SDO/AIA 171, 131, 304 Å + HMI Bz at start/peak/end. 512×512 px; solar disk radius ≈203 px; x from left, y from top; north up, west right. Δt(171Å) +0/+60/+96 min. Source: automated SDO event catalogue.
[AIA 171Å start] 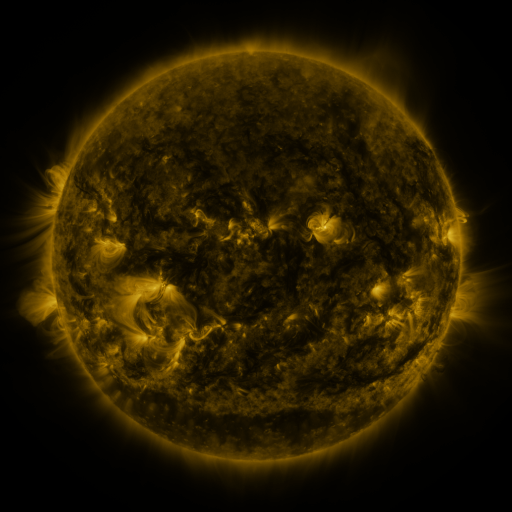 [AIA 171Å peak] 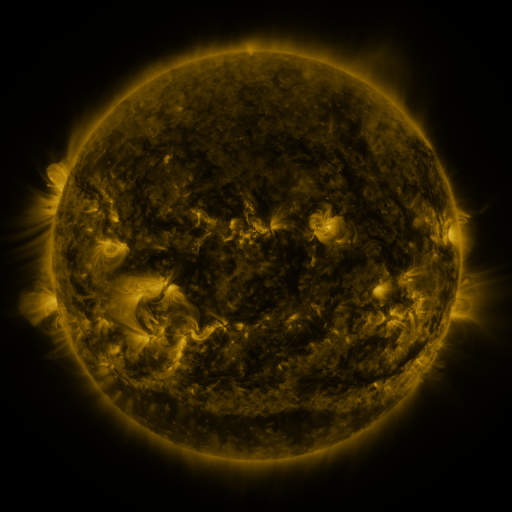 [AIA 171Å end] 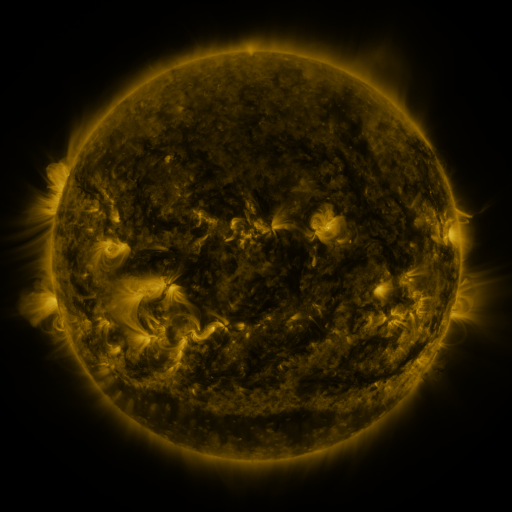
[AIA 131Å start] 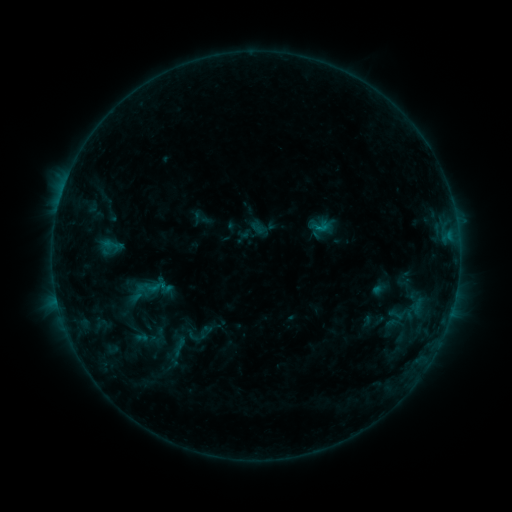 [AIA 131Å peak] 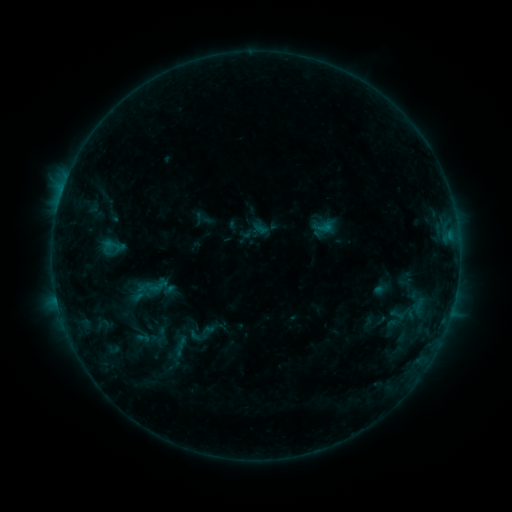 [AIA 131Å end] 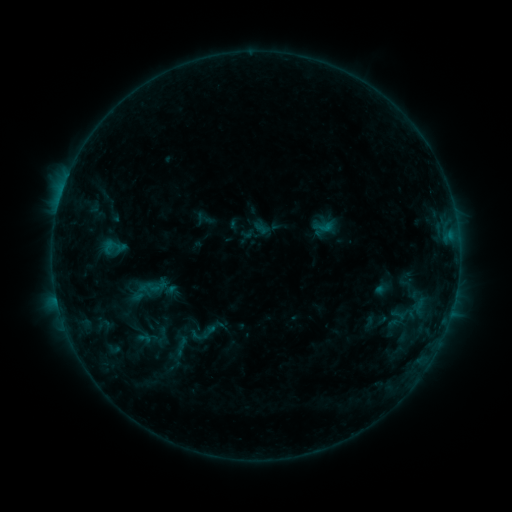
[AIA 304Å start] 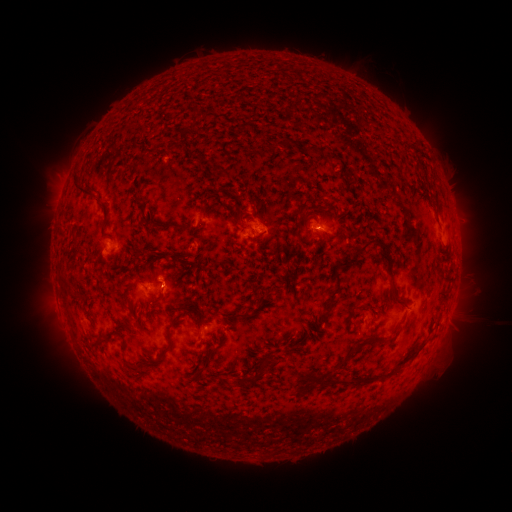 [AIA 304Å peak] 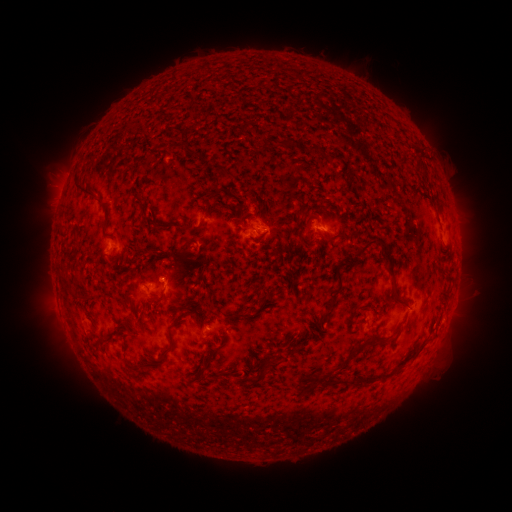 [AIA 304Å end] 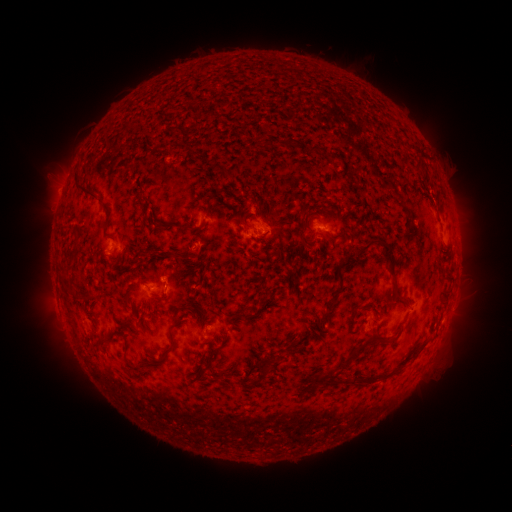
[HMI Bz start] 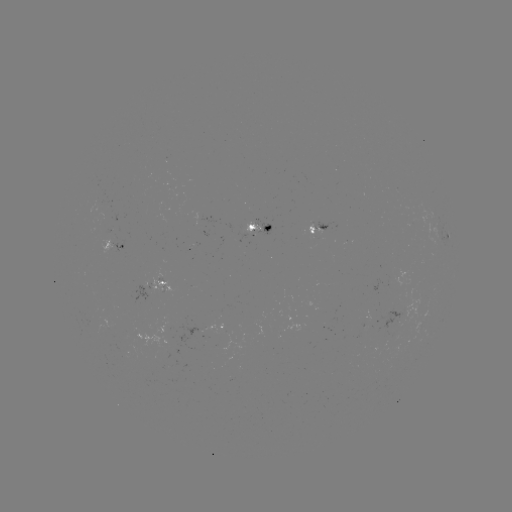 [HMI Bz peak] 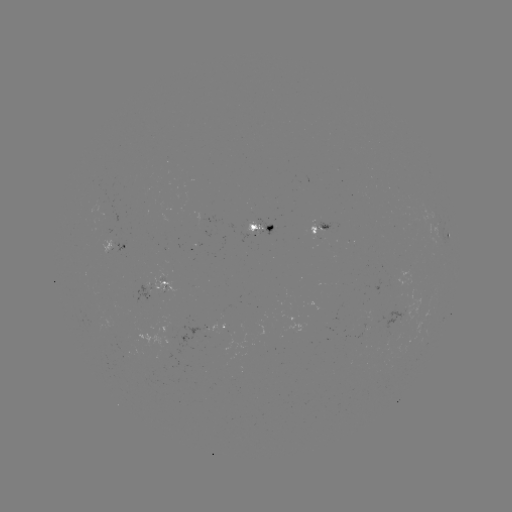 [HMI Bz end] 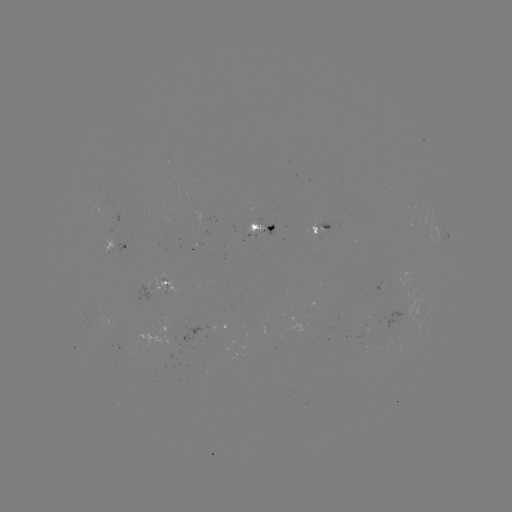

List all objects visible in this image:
emerging-flux region: (181, 355)
